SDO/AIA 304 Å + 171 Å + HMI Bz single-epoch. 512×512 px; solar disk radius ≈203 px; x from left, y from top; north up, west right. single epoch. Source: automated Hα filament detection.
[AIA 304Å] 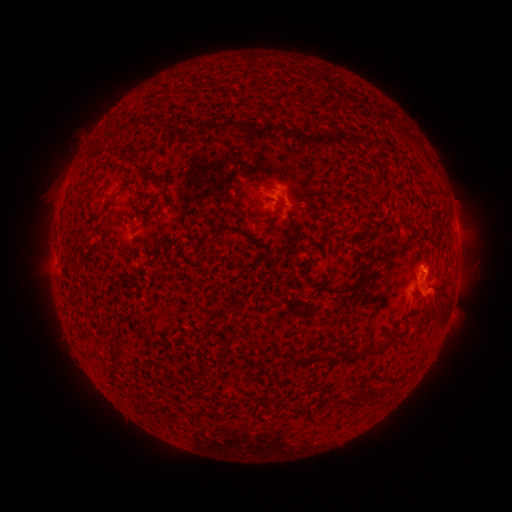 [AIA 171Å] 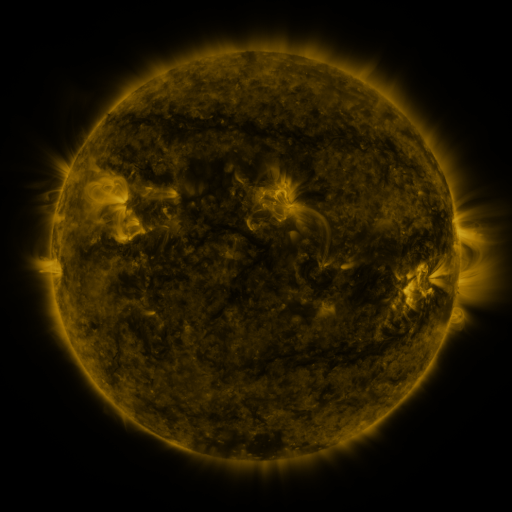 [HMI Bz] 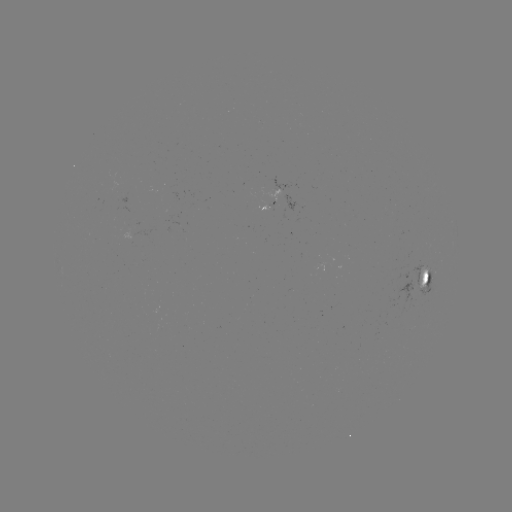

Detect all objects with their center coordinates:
filament: (230, 124)
filament: (303, 137)
filament: (371, 144)
filament: (140, 168)
filament: (258, 183)
filament: (241, 199)
filament: (166, 200)
filament: (255, 218)
filament: (116, 248)
filament: (202, 255)
filament: (335, 290)
filament: (231, 310)
filament: (424, 310)
filament: (337, 357)
filament: (115, 363)
filament: (358, 392)
filament: (310, 402)
filament: (149, 404)
